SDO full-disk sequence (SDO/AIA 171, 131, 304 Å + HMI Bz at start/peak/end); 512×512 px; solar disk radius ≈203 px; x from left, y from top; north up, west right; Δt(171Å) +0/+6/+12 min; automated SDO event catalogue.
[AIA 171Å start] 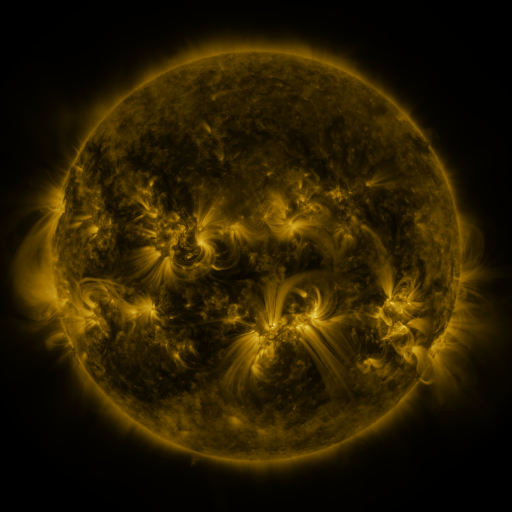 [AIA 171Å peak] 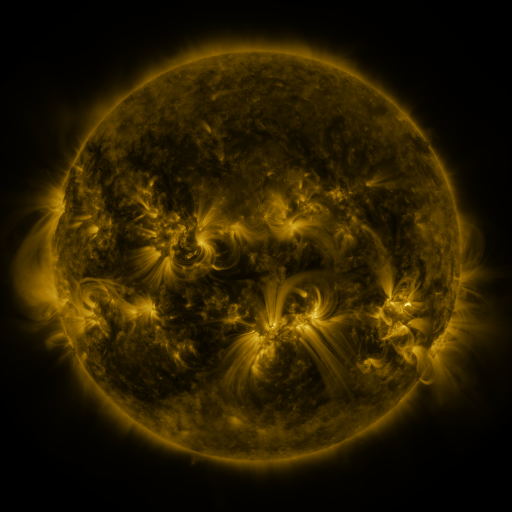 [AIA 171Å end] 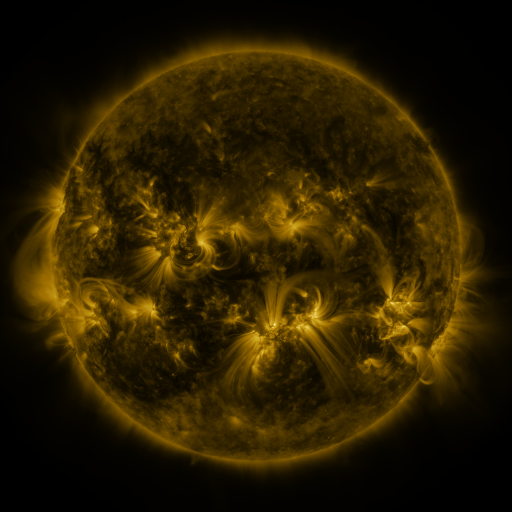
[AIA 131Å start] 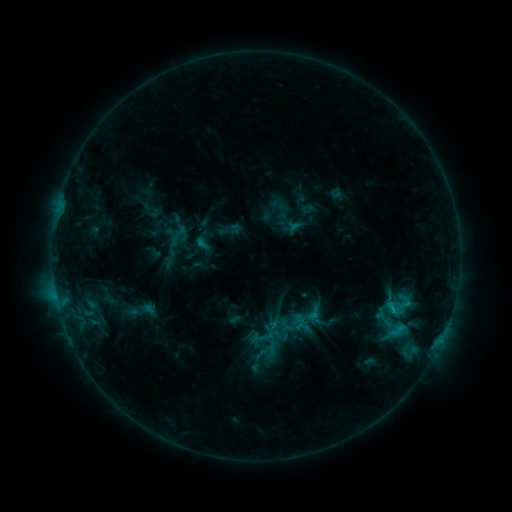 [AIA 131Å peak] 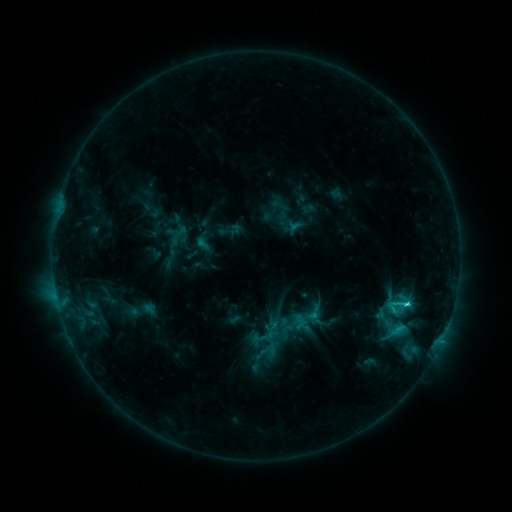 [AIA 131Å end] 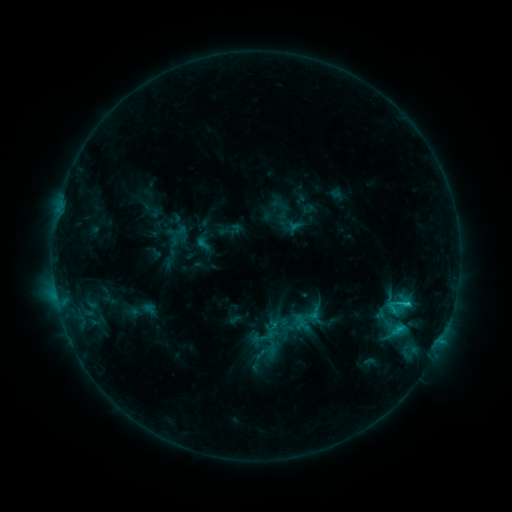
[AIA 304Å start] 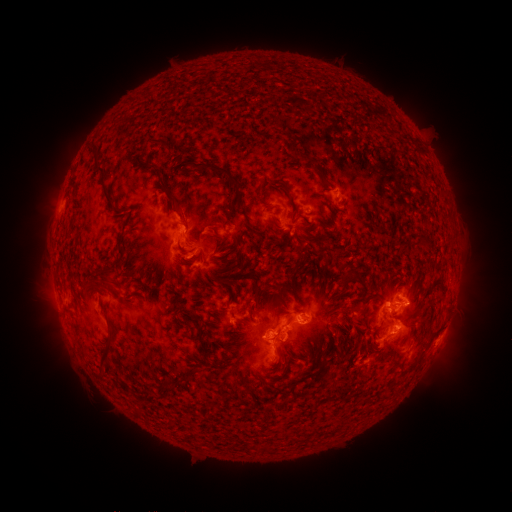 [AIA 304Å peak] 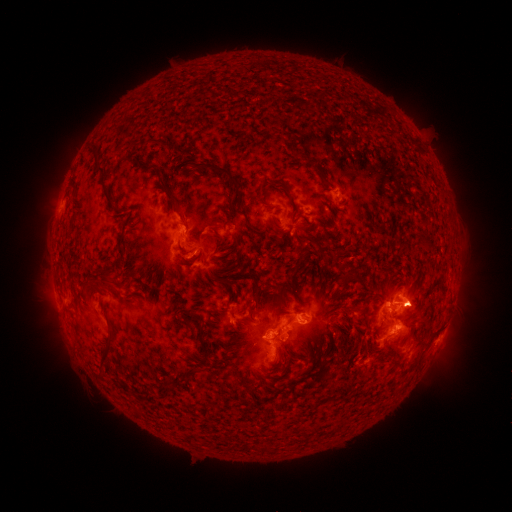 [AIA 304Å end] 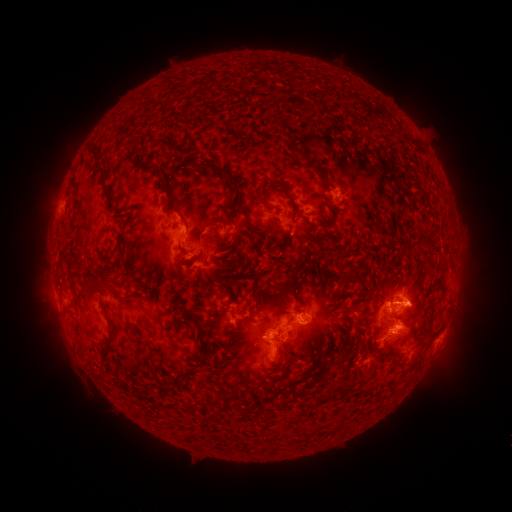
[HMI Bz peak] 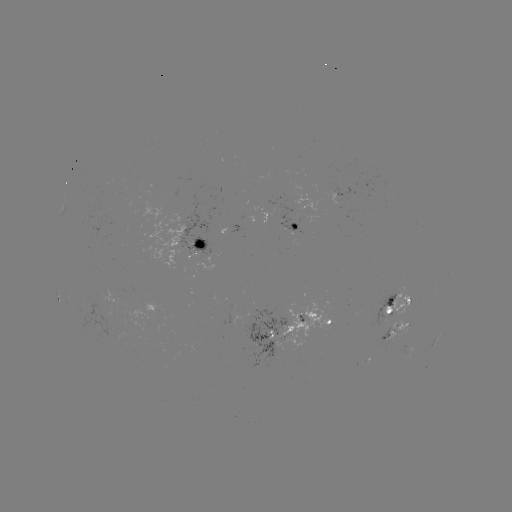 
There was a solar flare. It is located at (406, 300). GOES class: C2.8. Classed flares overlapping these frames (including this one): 1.